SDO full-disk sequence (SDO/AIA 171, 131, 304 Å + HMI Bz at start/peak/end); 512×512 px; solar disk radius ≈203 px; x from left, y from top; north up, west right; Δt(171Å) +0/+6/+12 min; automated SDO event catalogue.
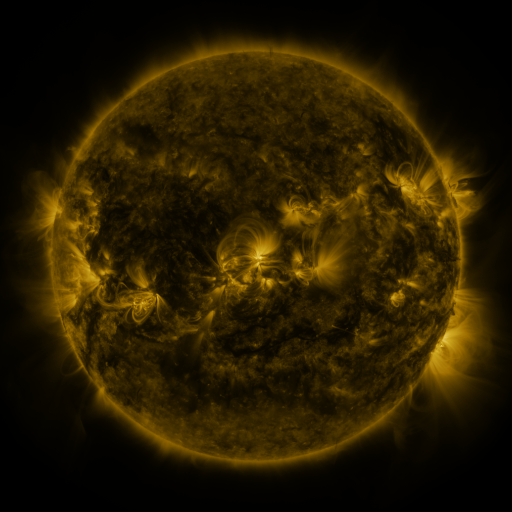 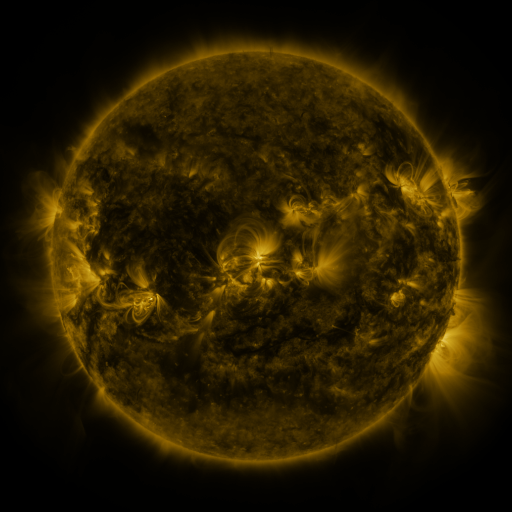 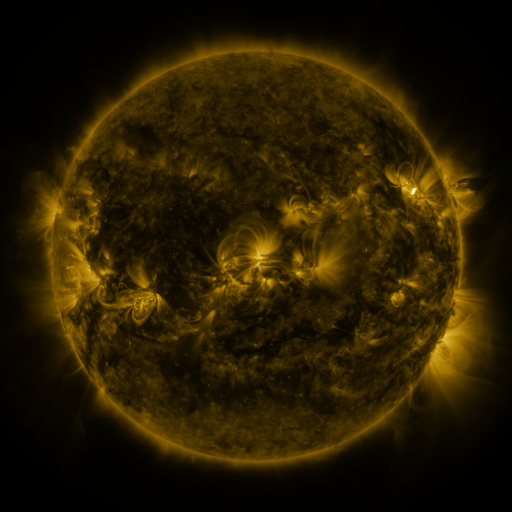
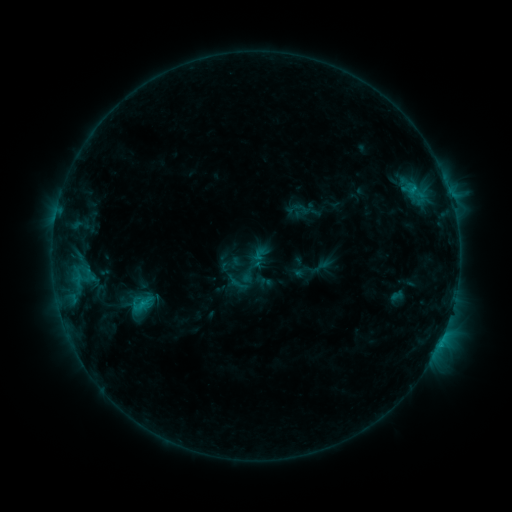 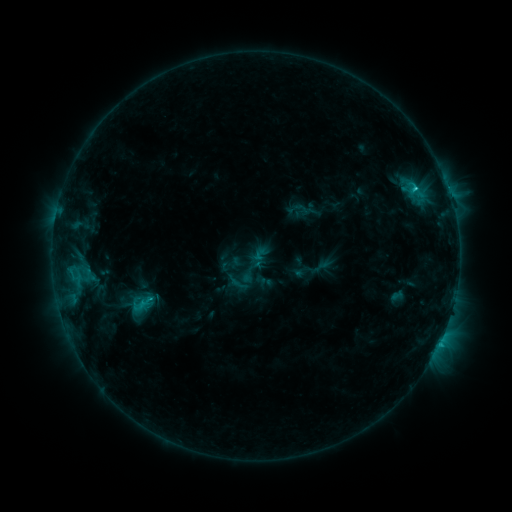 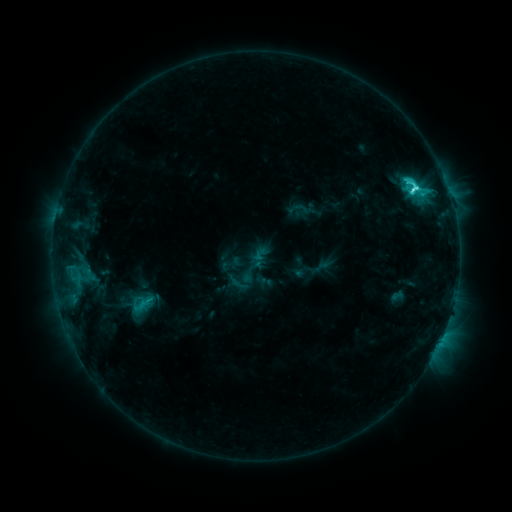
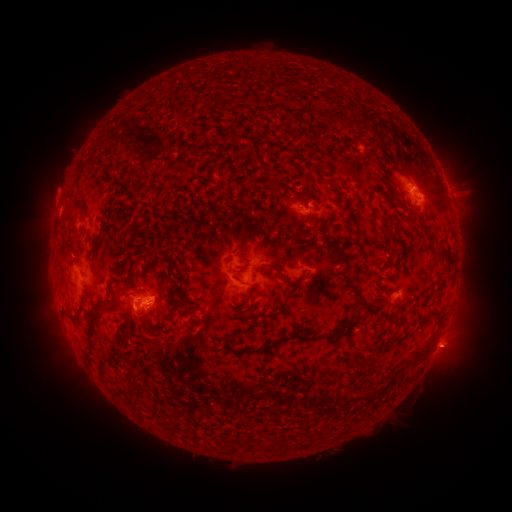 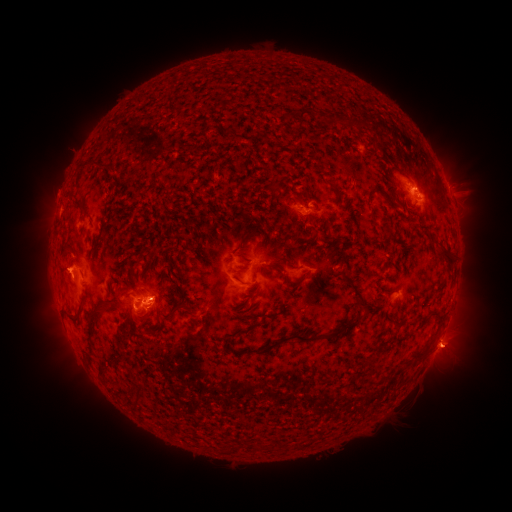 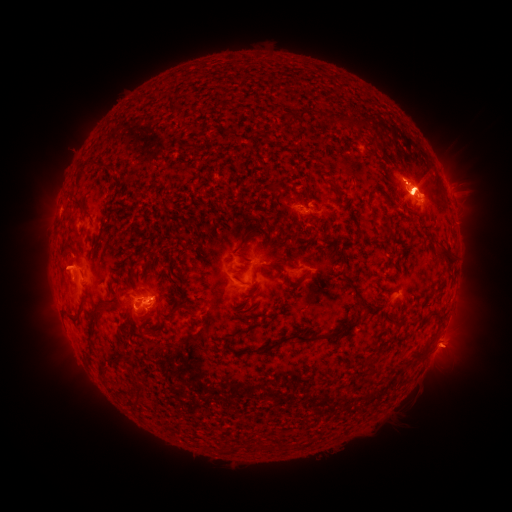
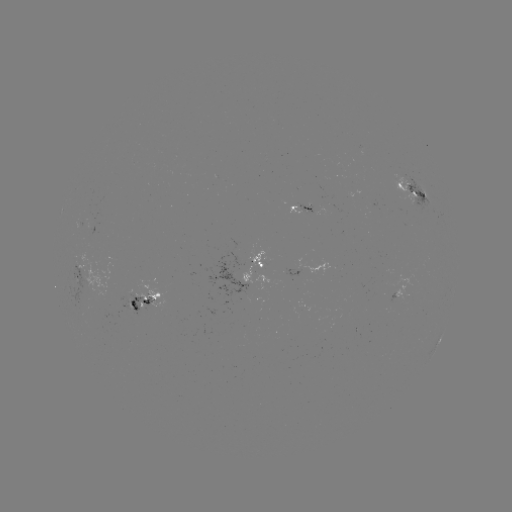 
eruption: <bbox>35, 244, 88, 298</bbox>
